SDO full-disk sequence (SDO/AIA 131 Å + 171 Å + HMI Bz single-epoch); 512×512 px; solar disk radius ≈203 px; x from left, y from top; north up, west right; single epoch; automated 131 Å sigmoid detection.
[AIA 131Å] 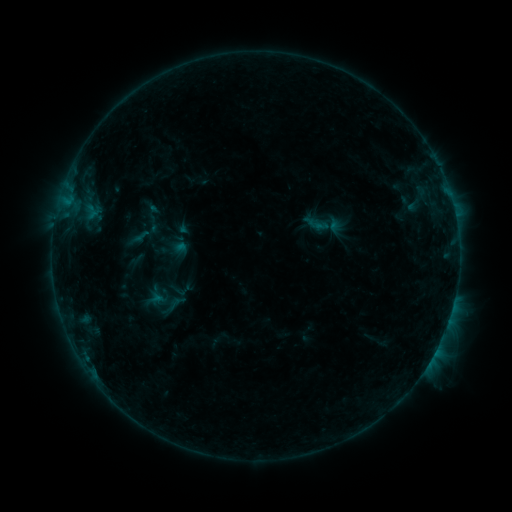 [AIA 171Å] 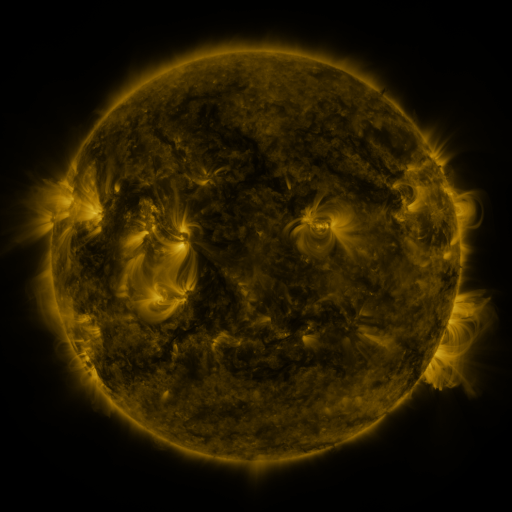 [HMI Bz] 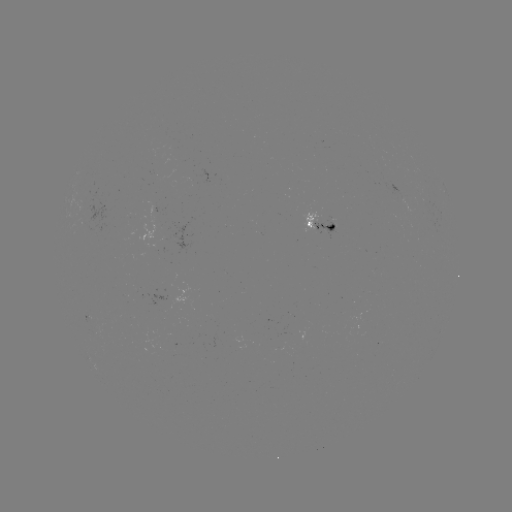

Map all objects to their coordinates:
sigmoid: (153, 224)
